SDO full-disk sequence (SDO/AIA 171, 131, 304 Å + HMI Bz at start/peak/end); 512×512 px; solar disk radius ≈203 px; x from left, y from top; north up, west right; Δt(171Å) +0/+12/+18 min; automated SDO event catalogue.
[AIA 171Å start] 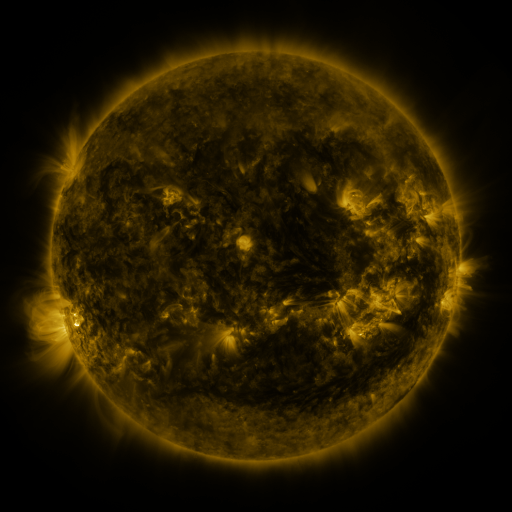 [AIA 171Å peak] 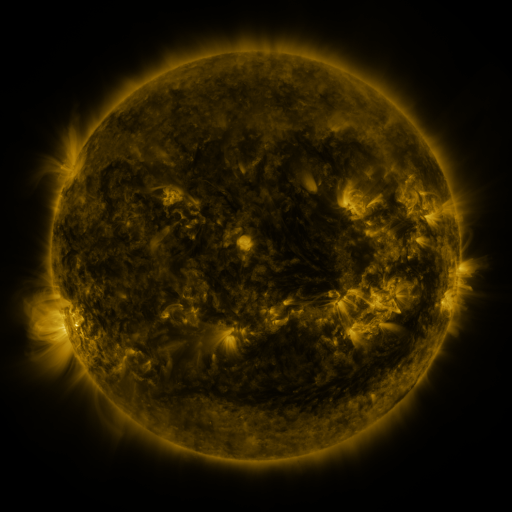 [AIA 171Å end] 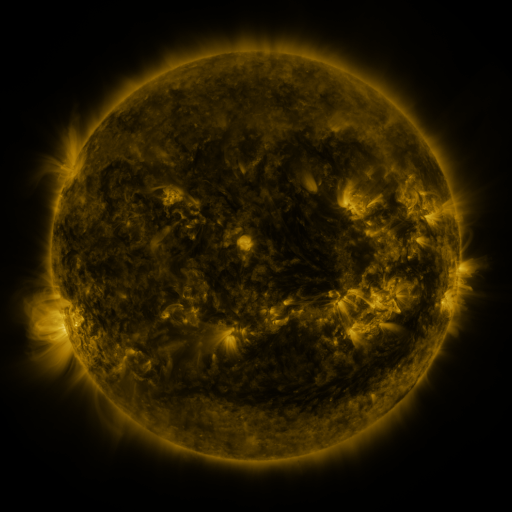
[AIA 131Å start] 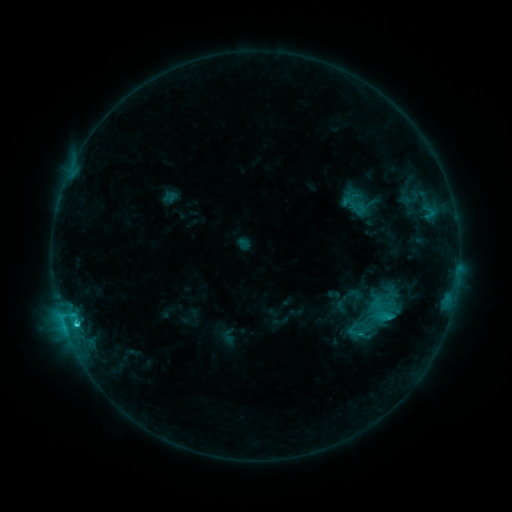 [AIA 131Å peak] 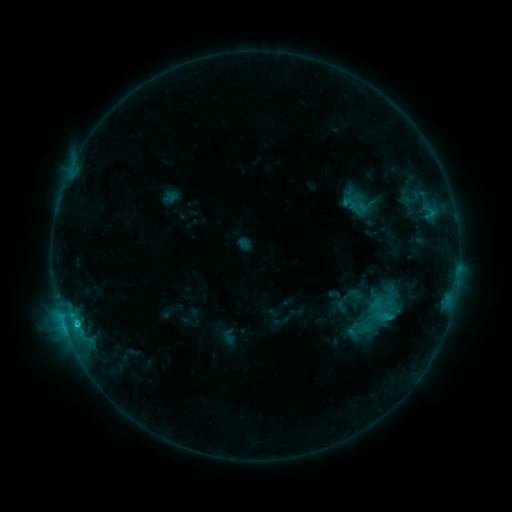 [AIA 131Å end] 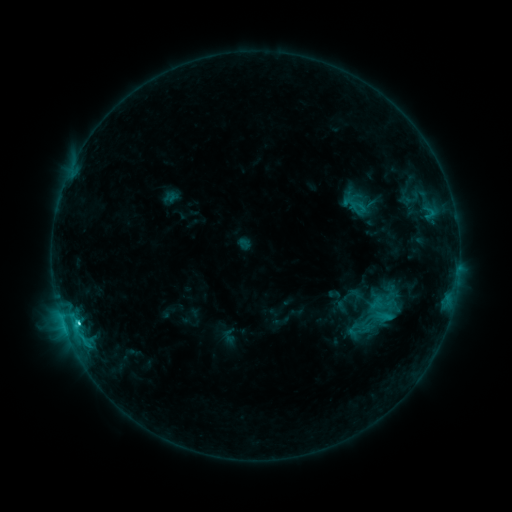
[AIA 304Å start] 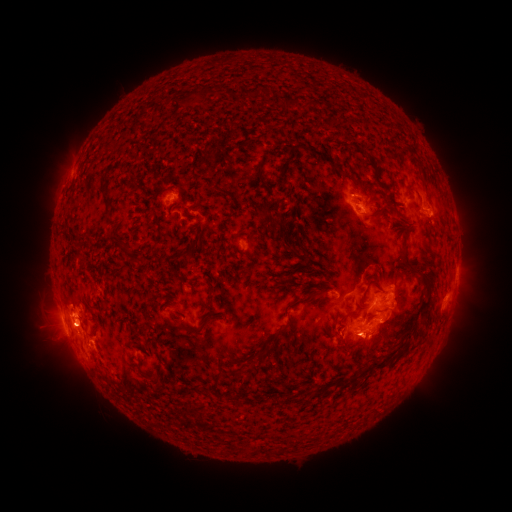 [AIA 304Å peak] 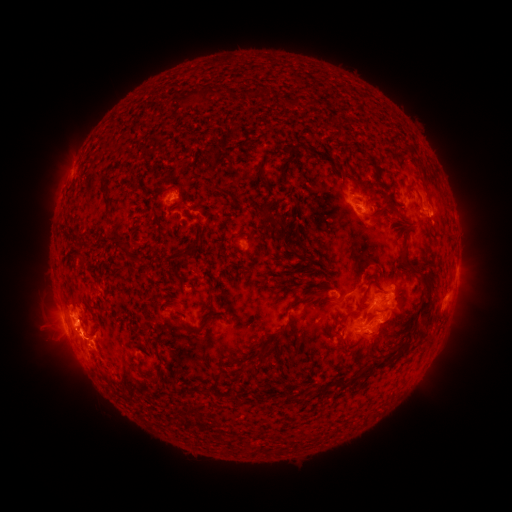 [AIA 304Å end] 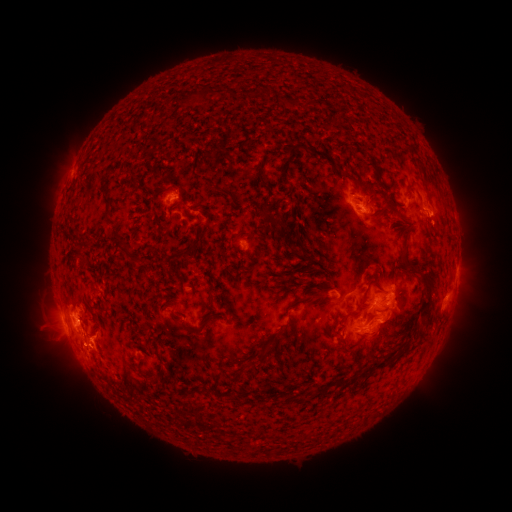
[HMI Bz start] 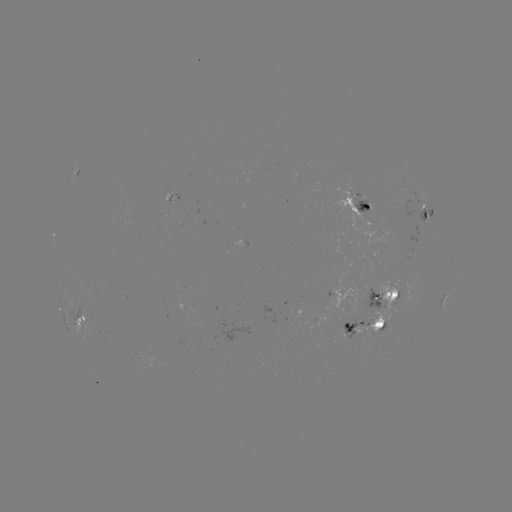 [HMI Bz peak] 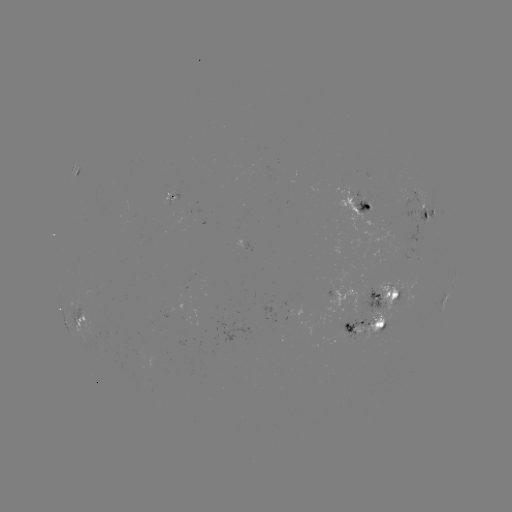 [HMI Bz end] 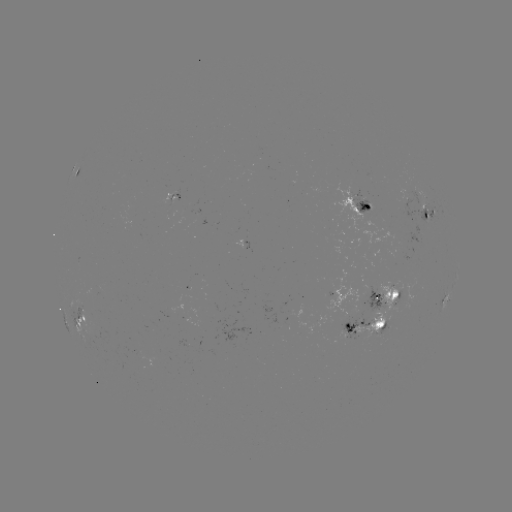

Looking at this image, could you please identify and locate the eruption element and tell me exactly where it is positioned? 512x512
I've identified eruption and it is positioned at (79, 343).